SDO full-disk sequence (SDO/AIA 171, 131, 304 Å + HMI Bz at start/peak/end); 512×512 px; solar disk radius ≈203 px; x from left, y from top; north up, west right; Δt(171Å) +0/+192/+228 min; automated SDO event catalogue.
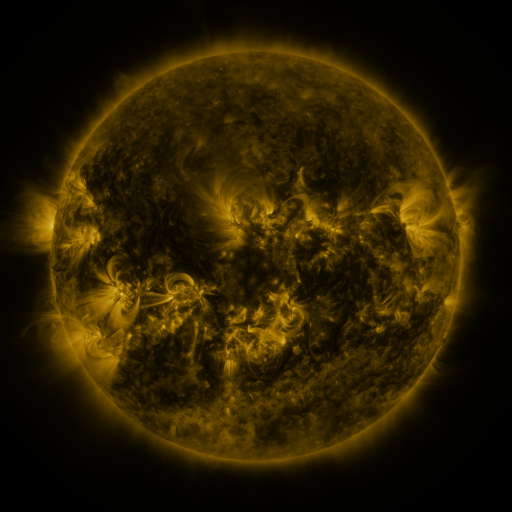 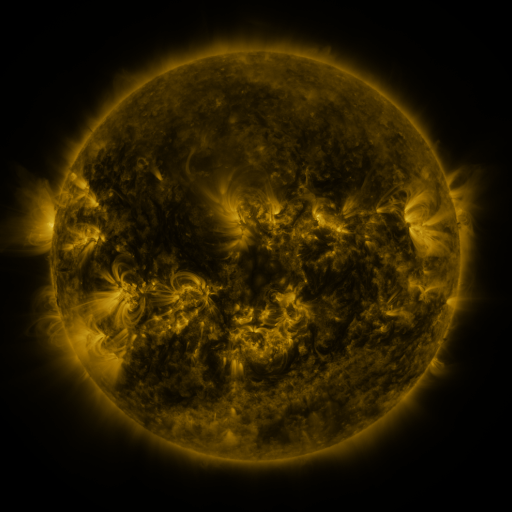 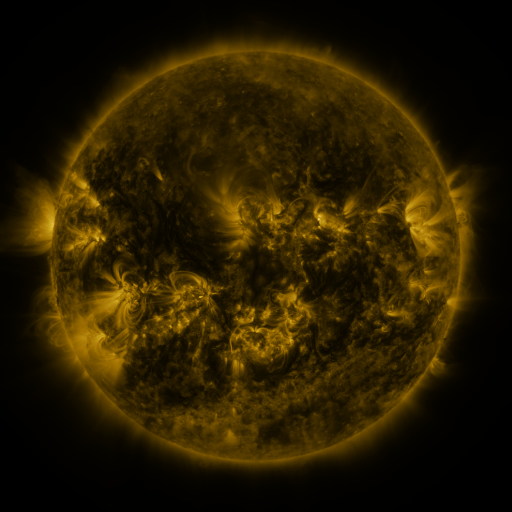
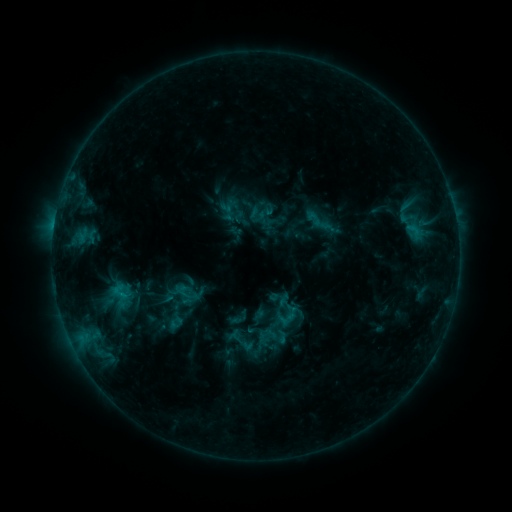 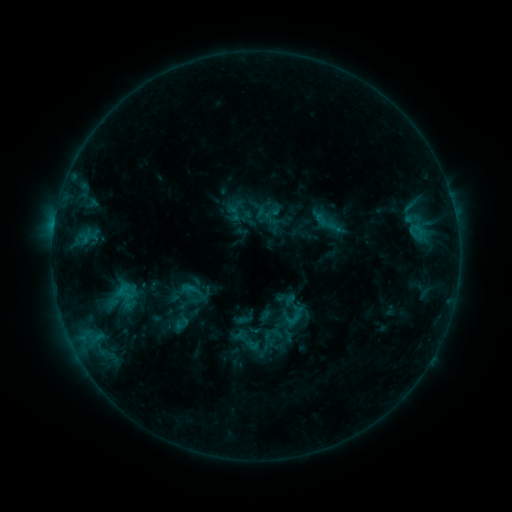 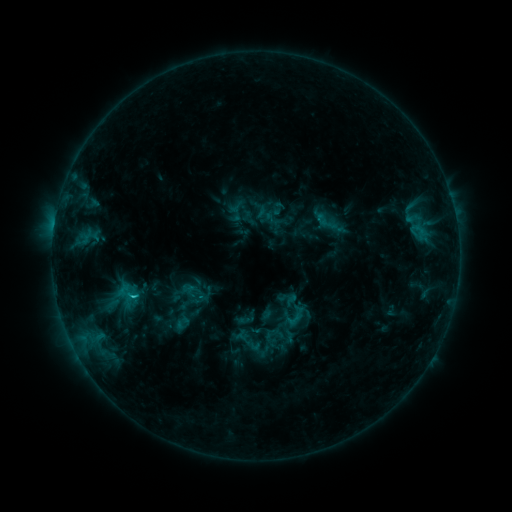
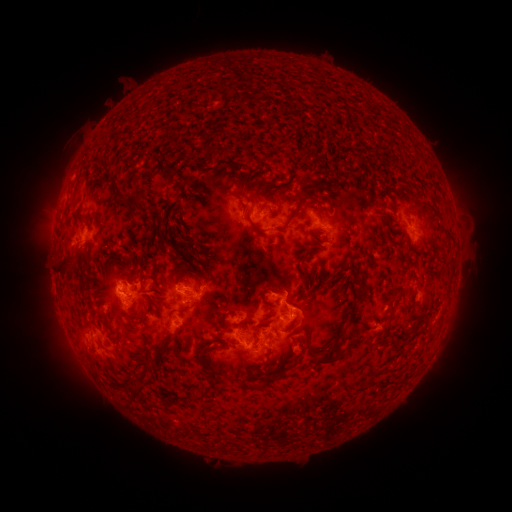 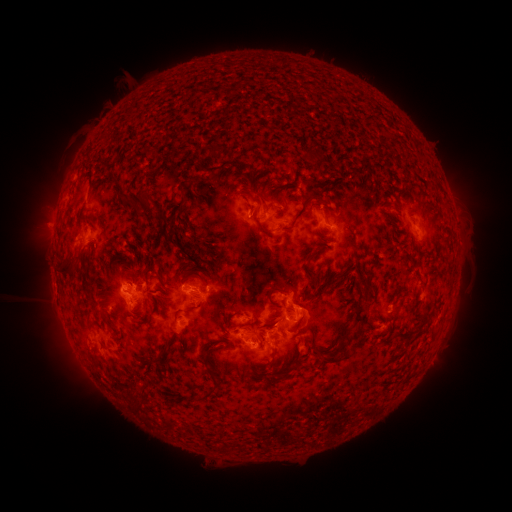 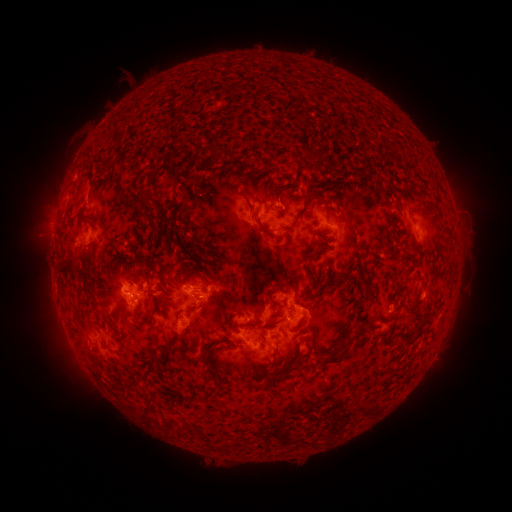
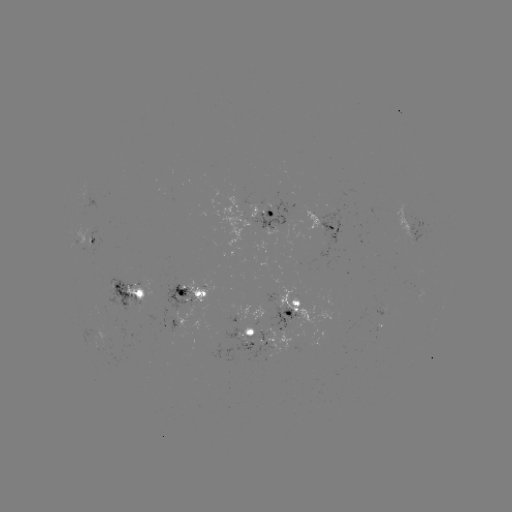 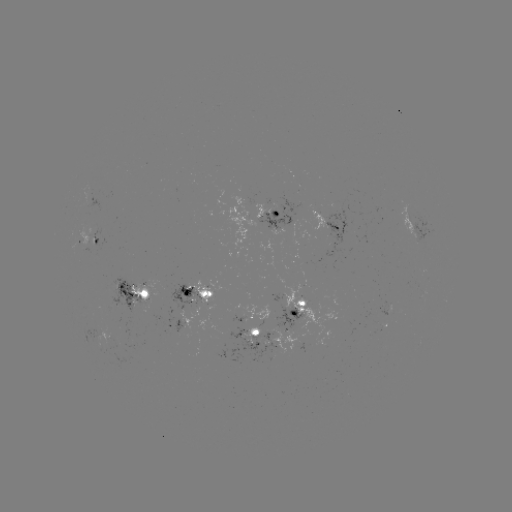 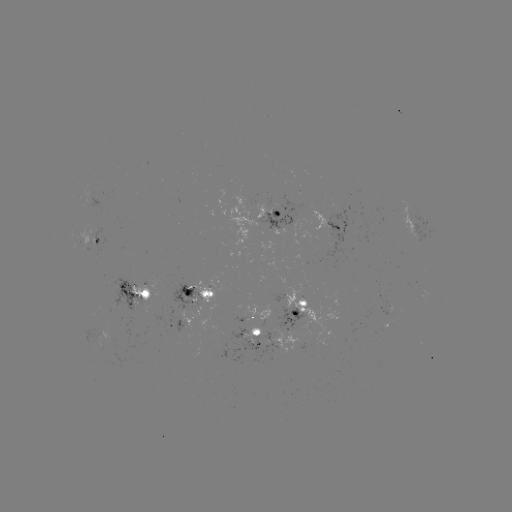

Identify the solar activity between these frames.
emerging-flux region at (189, 295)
